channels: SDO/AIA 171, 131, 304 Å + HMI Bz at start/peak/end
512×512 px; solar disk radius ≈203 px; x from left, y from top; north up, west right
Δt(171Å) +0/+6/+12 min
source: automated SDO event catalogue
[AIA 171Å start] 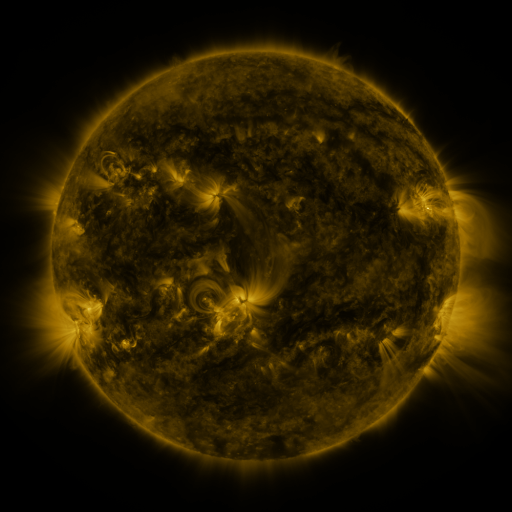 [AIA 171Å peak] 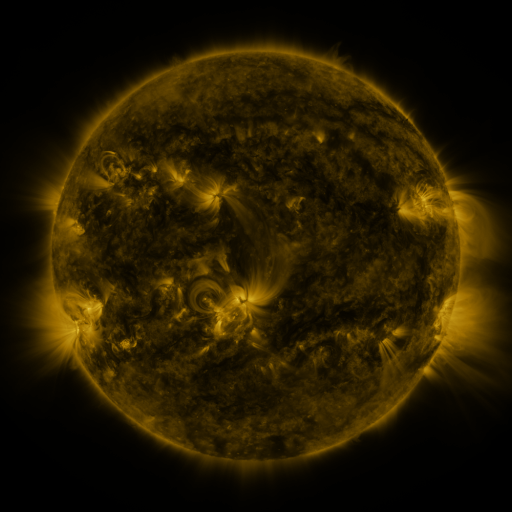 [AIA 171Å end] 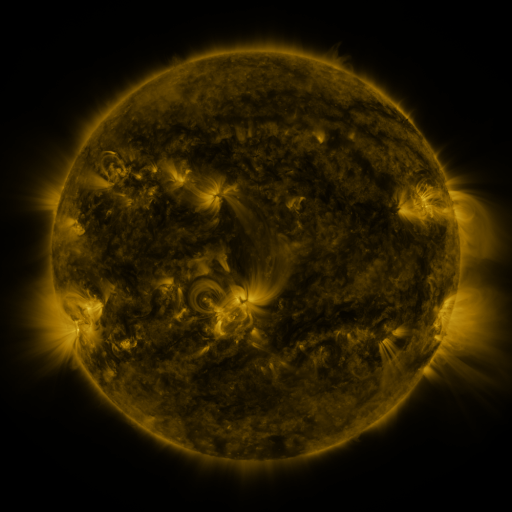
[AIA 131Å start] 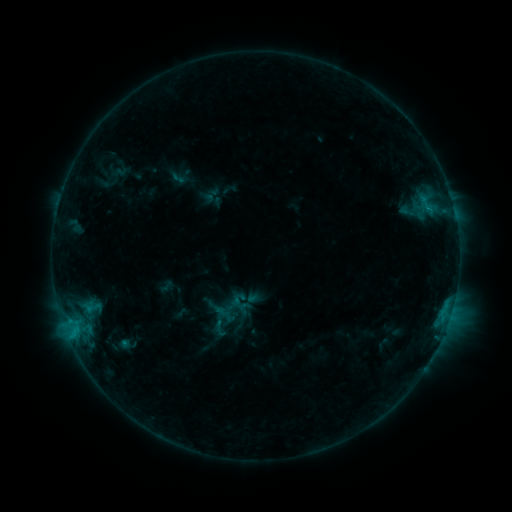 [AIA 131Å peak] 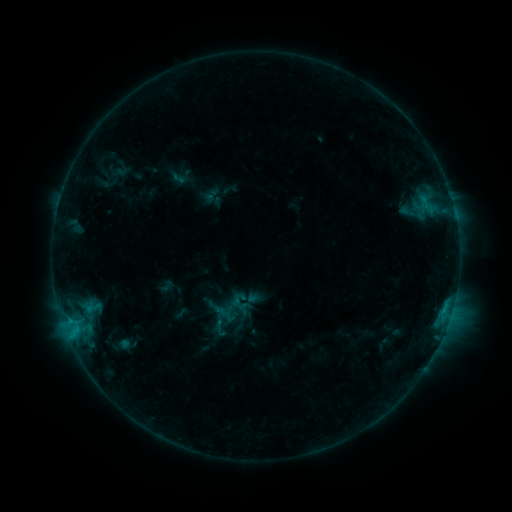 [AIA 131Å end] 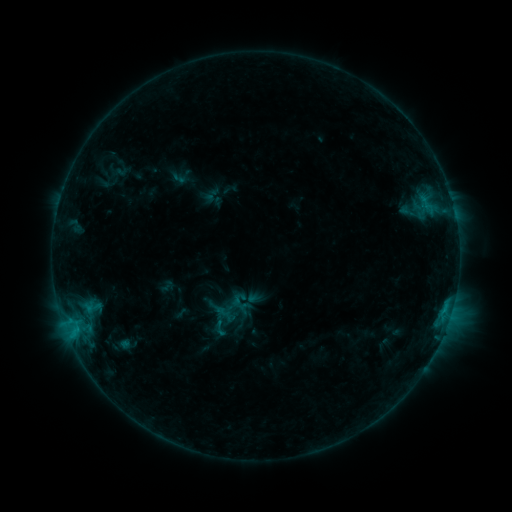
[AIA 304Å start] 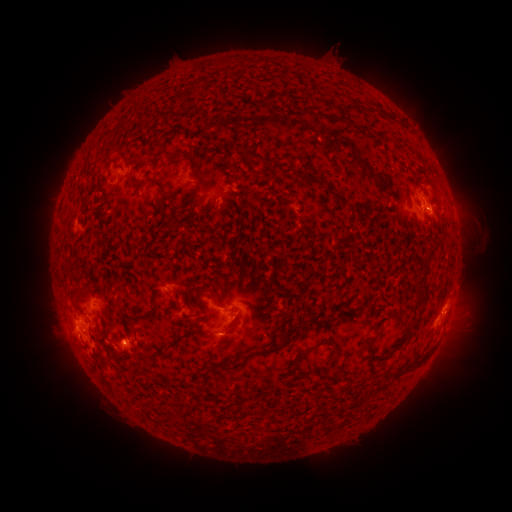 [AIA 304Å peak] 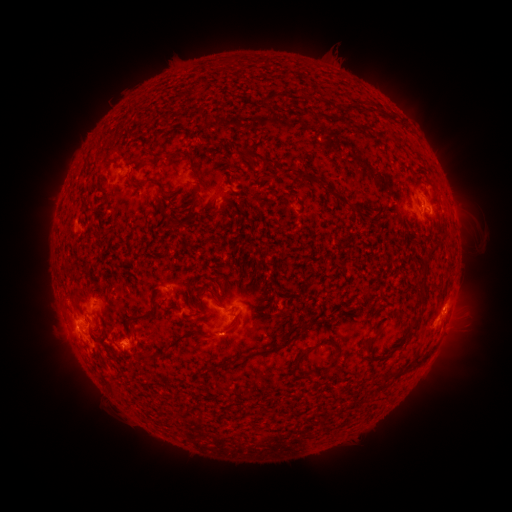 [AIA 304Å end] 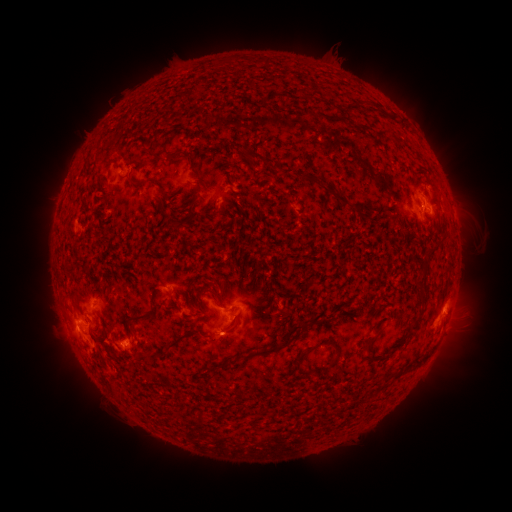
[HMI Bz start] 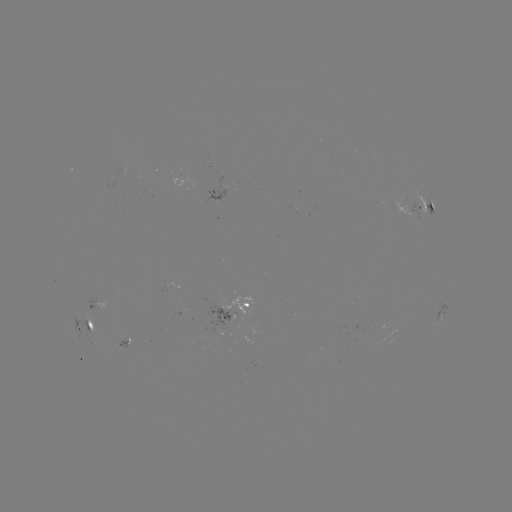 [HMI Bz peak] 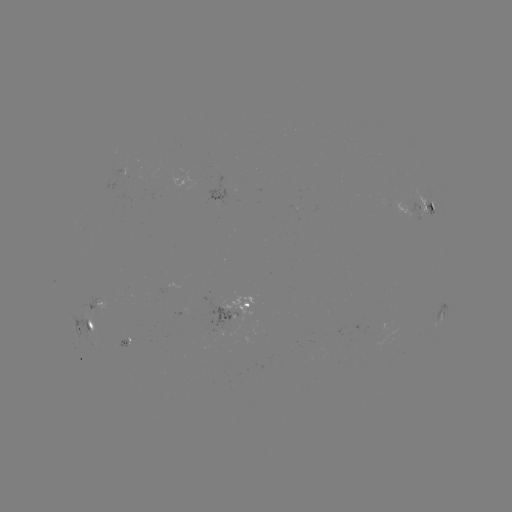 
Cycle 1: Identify C1.0 flare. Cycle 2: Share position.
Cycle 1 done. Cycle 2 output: [443, 307].